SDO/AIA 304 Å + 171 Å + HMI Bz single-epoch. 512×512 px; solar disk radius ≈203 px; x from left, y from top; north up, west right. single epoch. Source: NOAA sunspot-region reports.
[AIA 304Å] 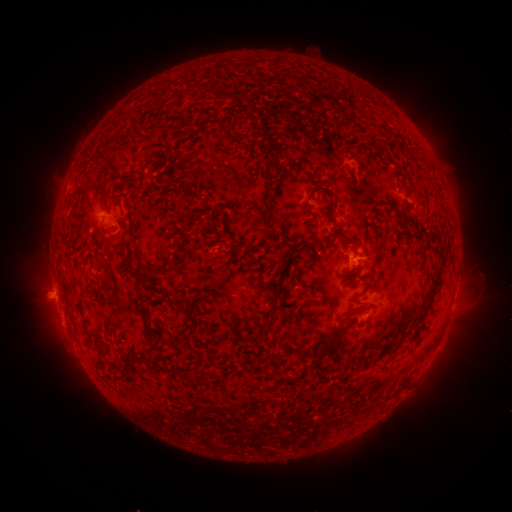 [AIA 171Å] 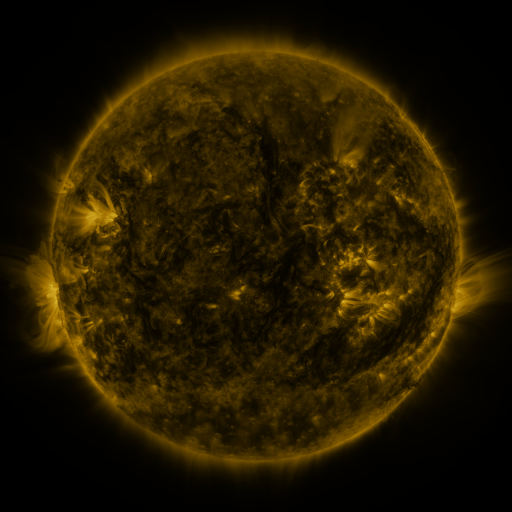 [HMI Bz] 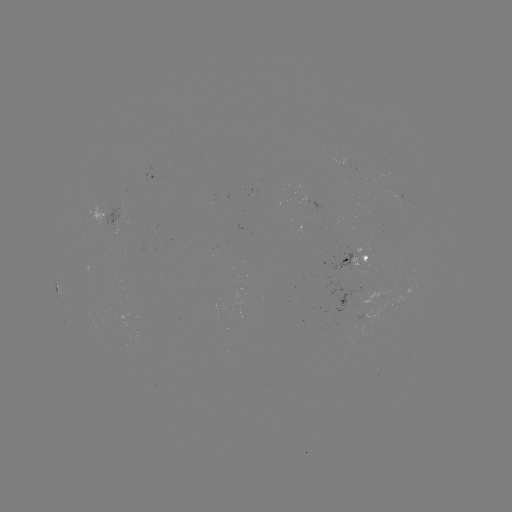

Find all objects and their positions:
spotted active region: (153, 178)
spotted active region: (360, 261)
spotted active region: (367, 314)
